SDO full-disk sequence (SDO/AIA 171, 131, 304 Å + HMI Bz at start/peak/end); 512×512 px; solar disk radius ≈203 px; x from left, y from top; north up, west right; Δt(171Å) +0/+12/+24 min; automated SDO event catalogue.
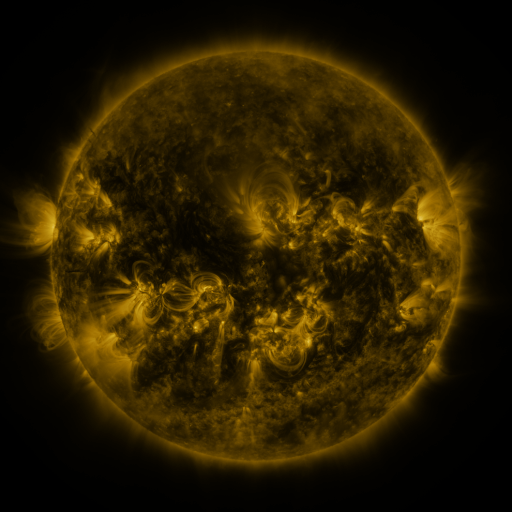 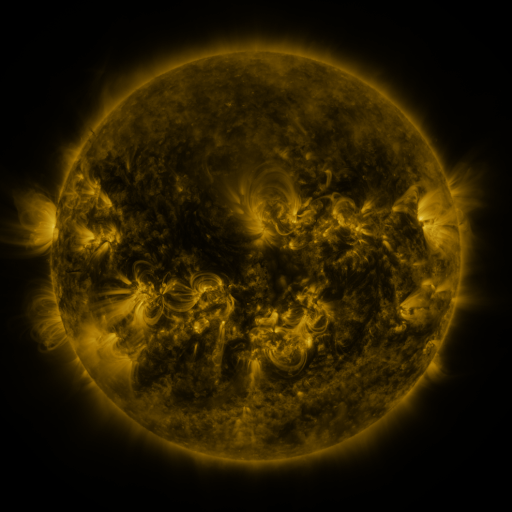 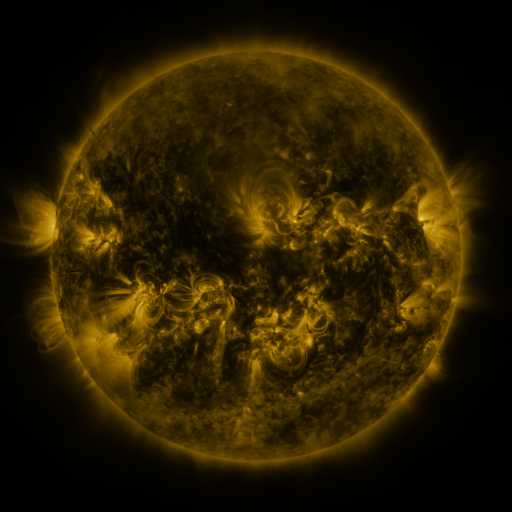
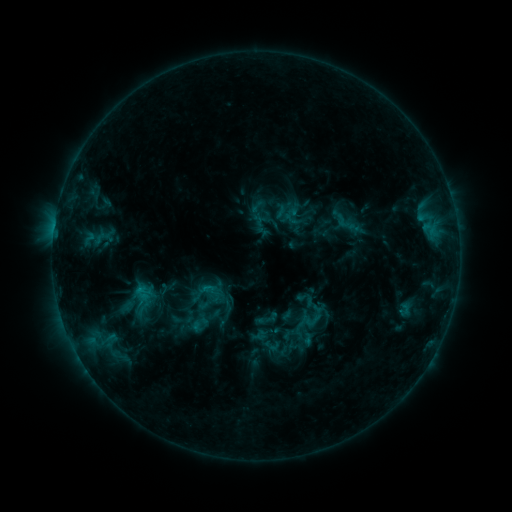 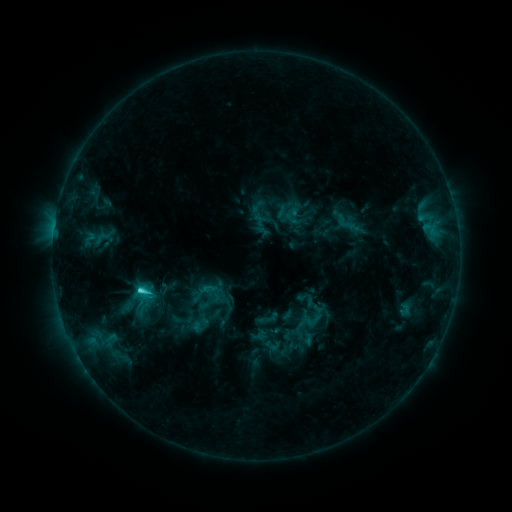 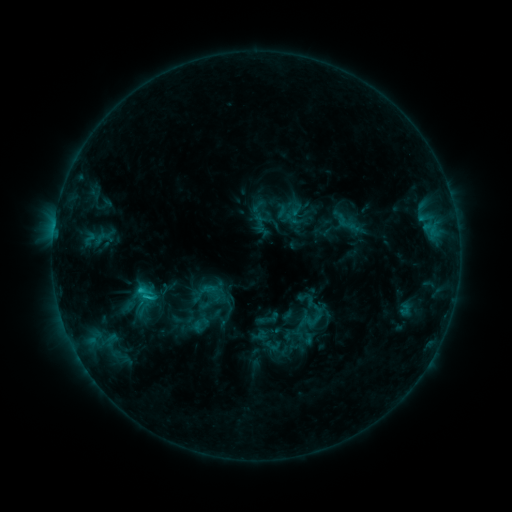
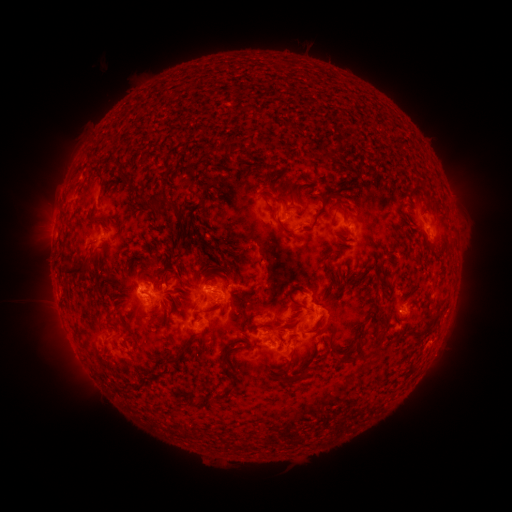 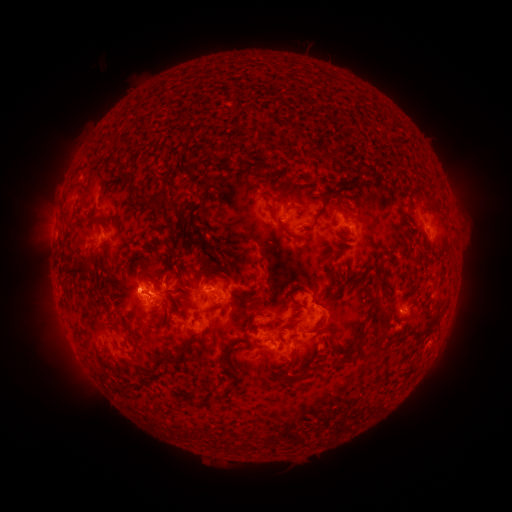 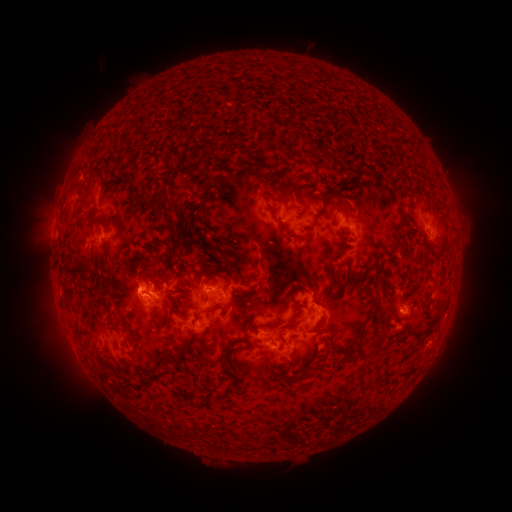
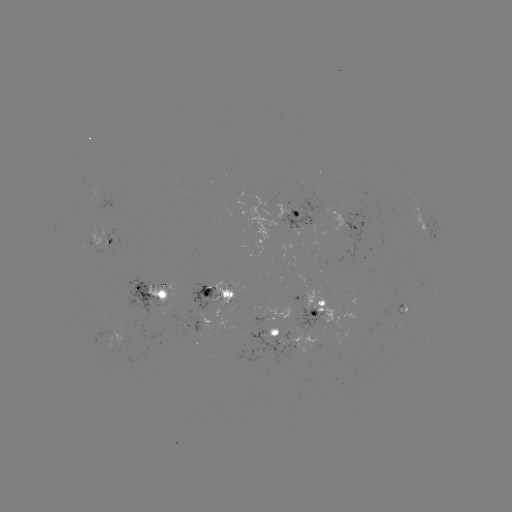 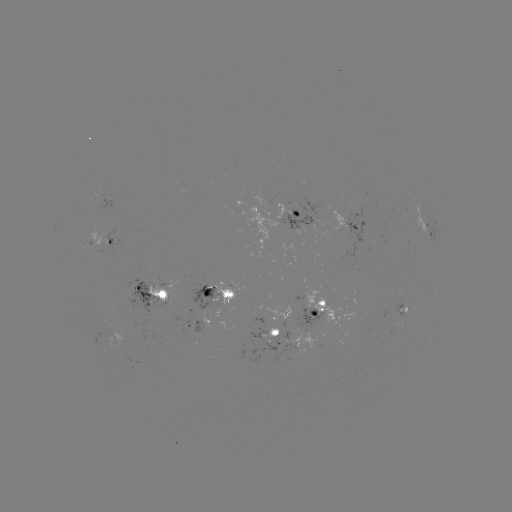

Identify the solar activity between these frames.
C2.9 flare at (142, 287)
